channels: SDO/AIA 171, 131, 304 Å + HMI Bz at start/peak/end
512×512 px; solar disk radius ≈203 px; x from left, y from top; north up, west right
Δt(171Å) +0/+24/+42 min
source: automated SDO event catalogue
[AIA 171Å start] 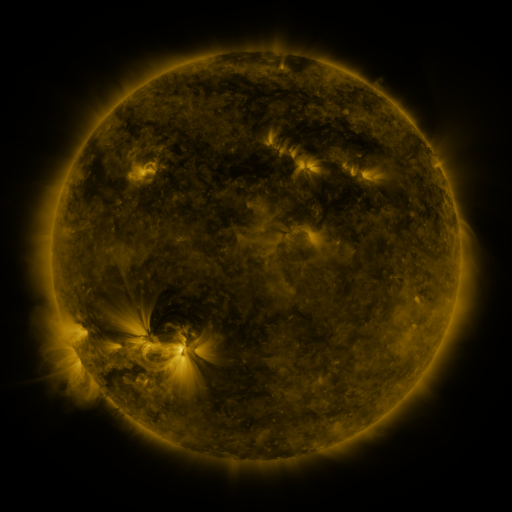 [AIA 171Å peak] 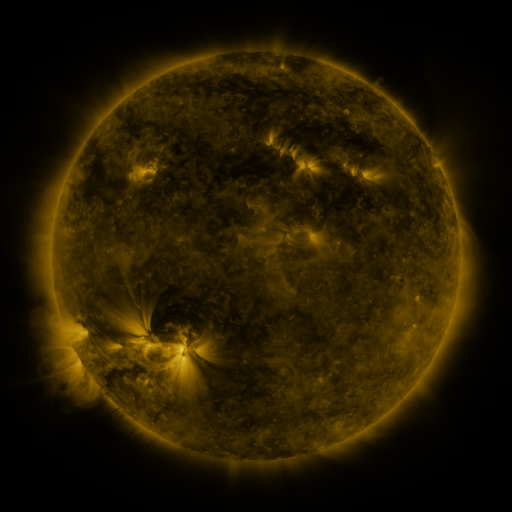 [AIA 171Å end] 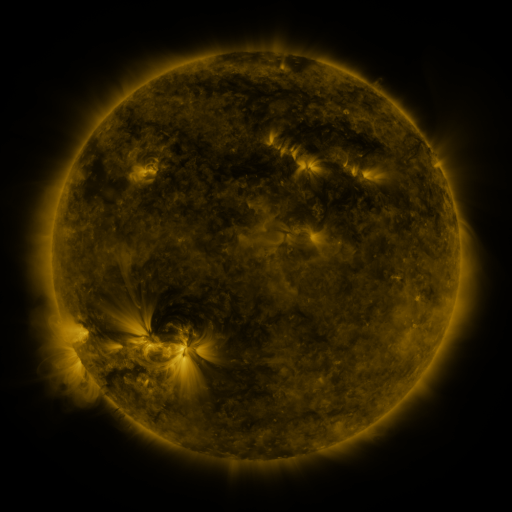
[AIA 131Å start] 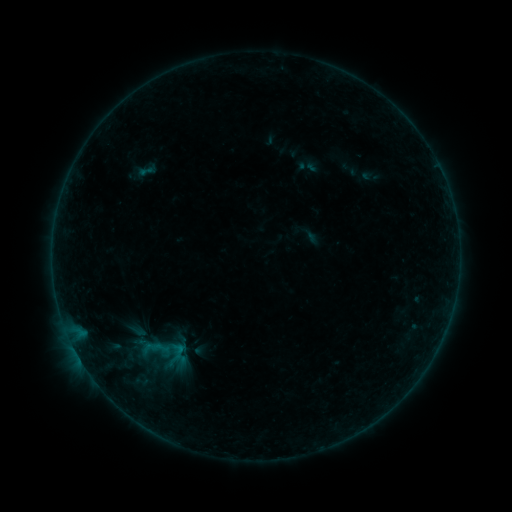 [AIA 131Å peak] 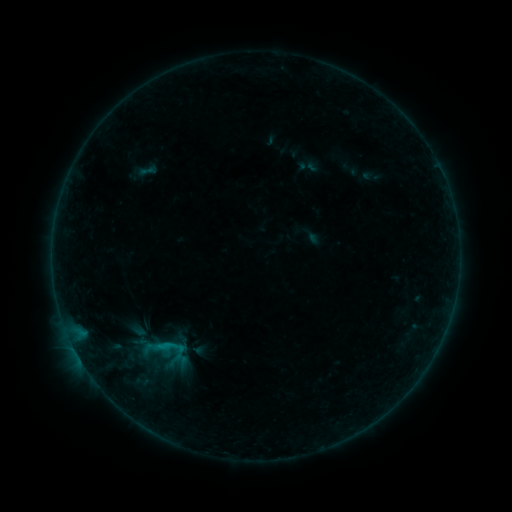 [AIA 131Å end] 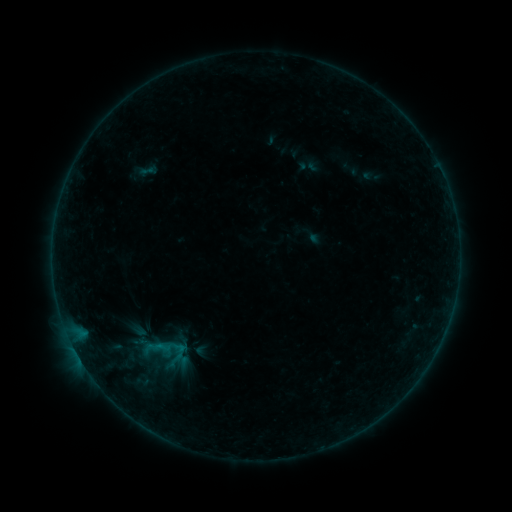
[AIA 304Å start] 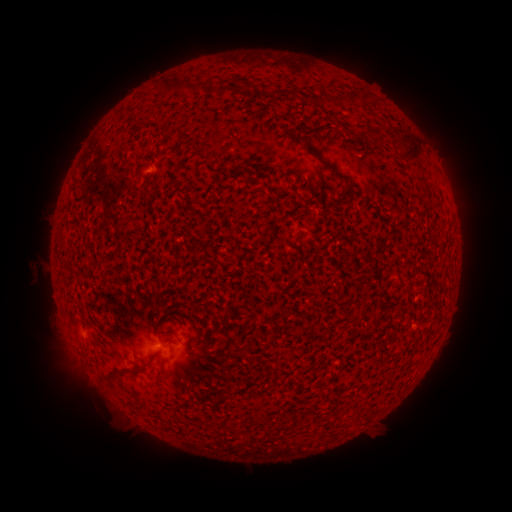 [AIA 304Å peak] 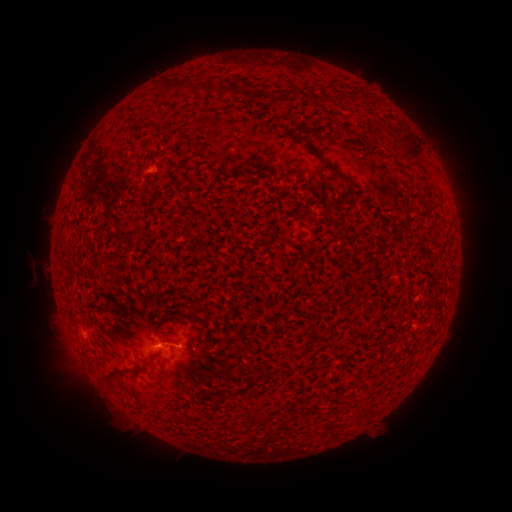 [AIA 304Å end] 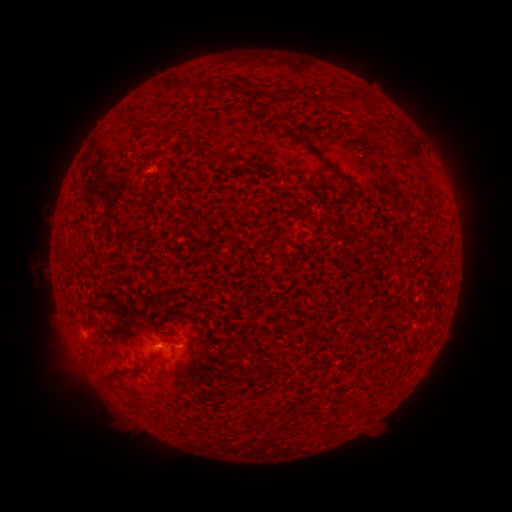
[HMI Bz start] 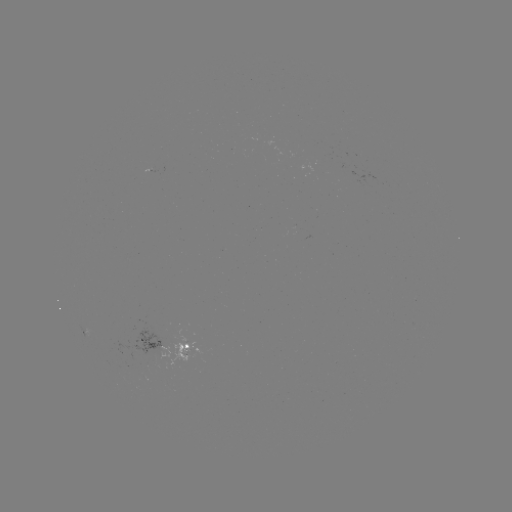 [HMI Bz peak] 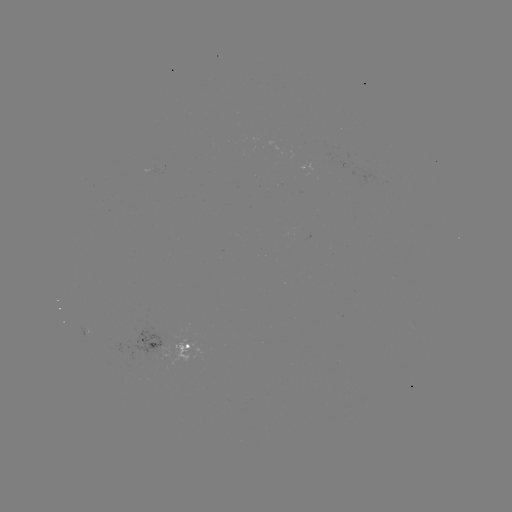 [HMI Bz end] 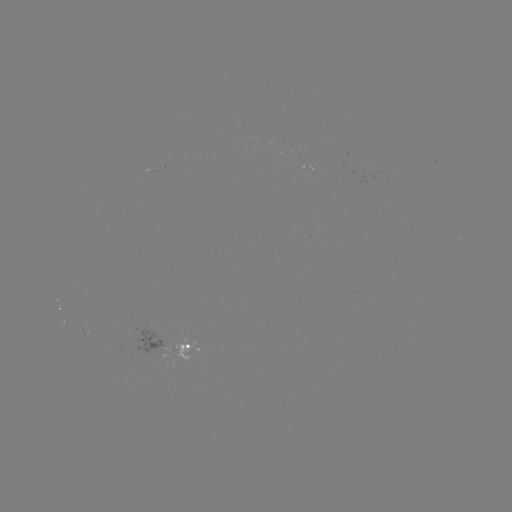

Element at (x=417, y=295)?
B5.0 flare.